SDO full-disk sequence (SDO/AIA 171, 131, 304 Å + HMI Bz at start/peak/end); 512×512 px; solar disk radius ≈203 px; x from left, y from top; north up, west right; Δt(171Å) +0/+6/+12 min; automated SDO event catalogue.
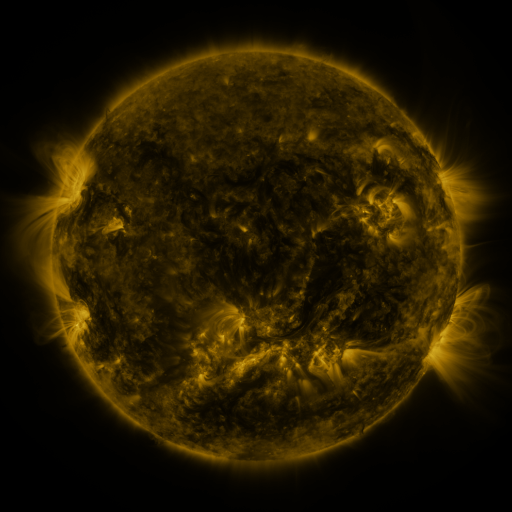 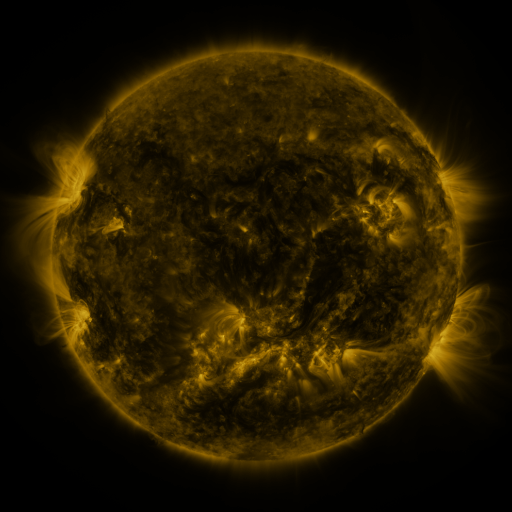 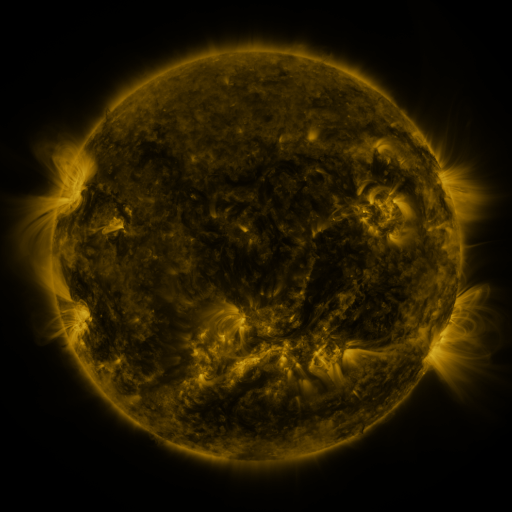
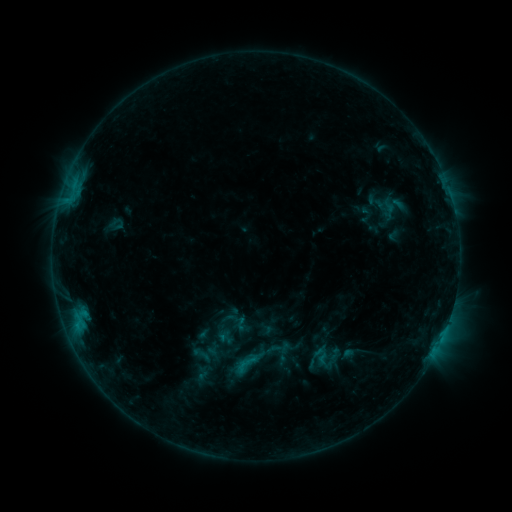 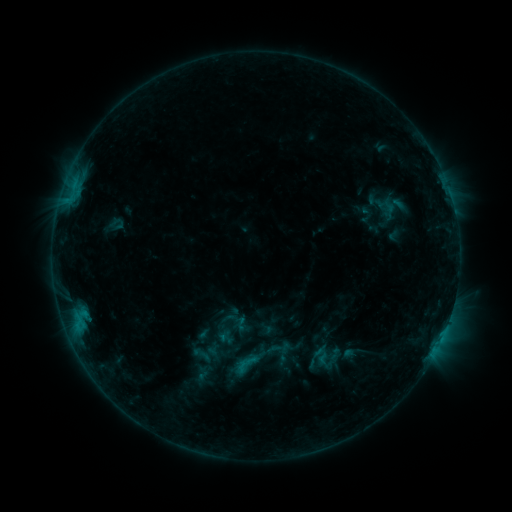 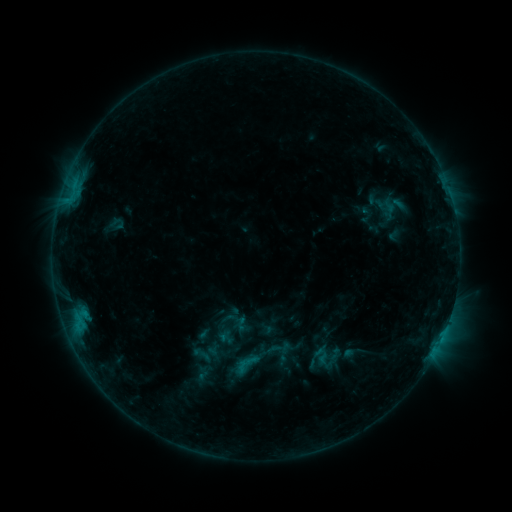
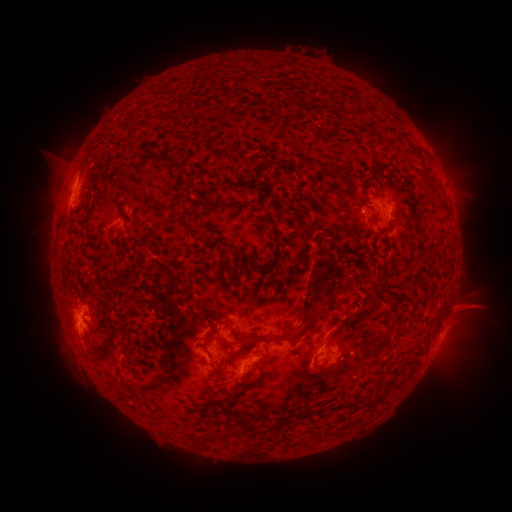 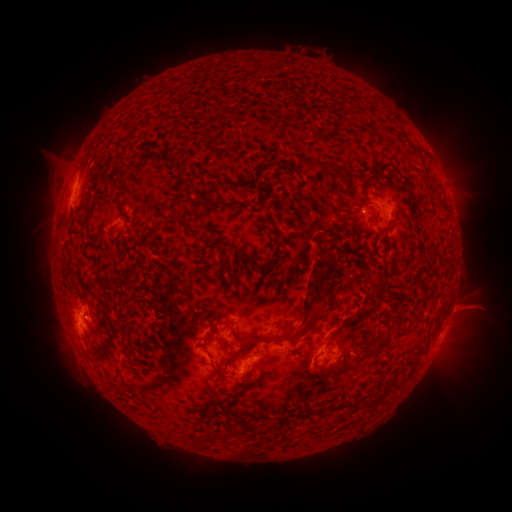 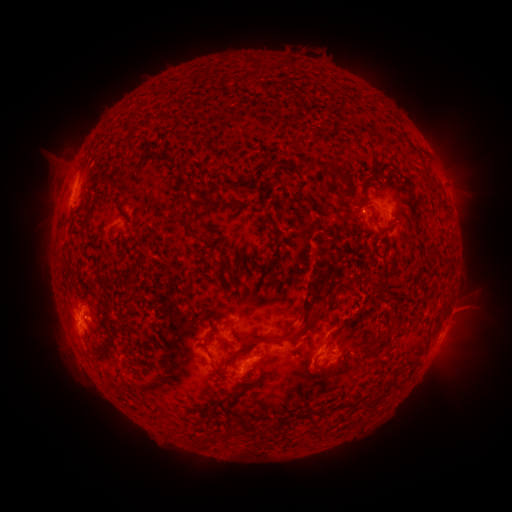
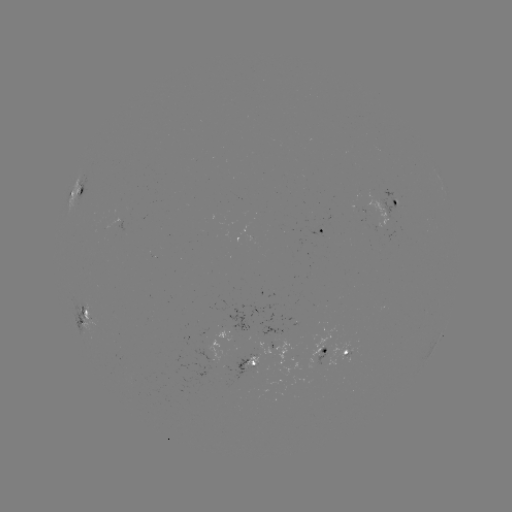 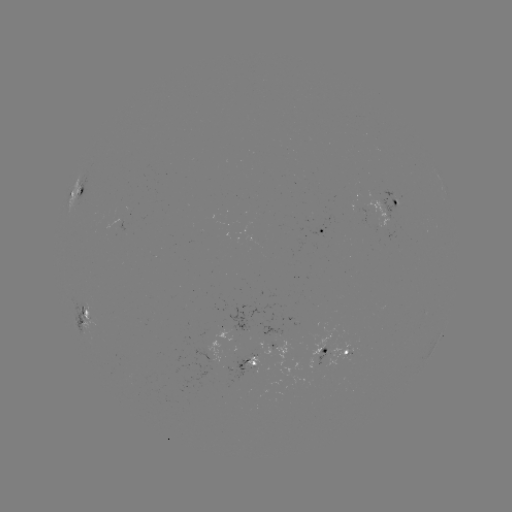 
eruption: [449, 289, 494, 327]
